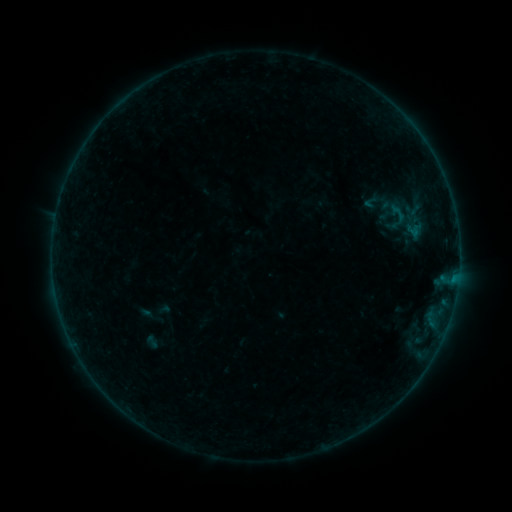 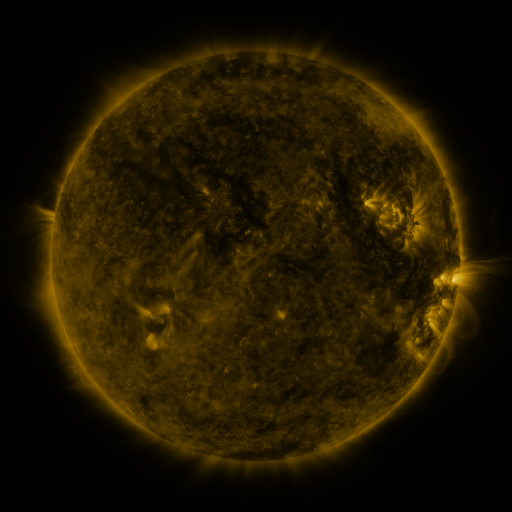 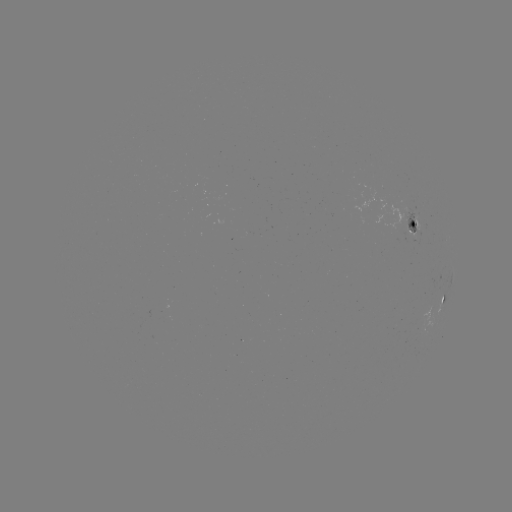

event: sigmoid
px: (405, 203)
